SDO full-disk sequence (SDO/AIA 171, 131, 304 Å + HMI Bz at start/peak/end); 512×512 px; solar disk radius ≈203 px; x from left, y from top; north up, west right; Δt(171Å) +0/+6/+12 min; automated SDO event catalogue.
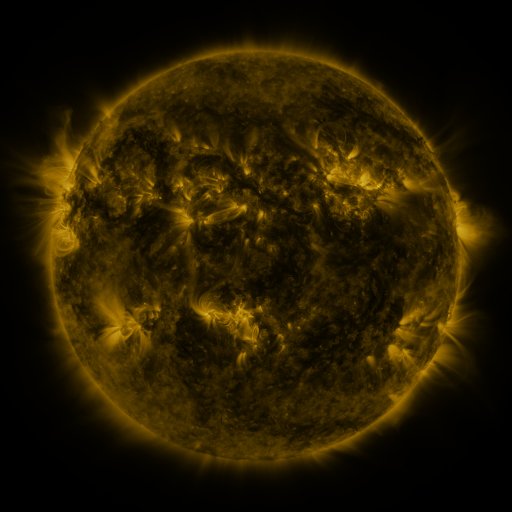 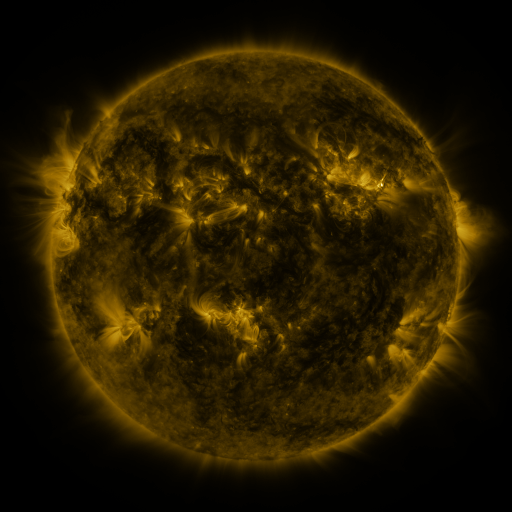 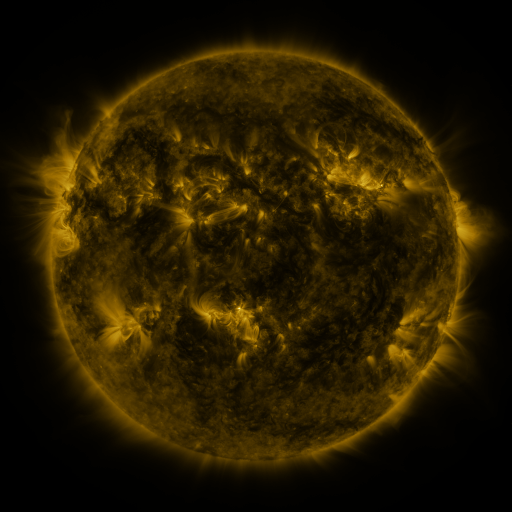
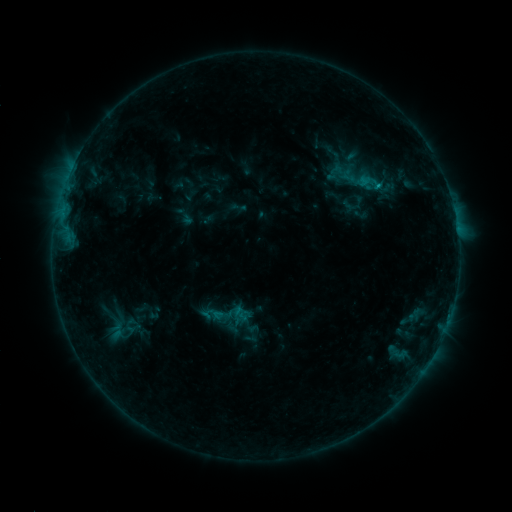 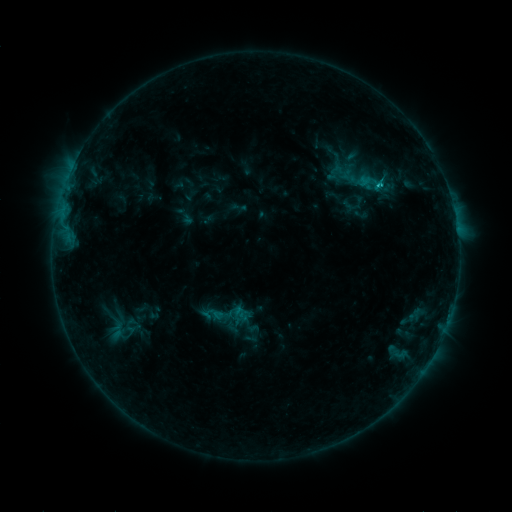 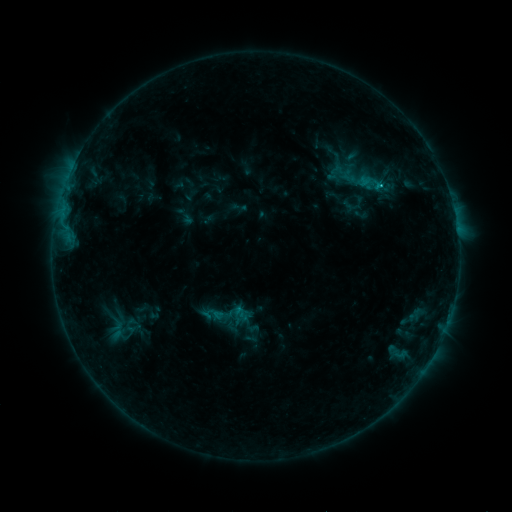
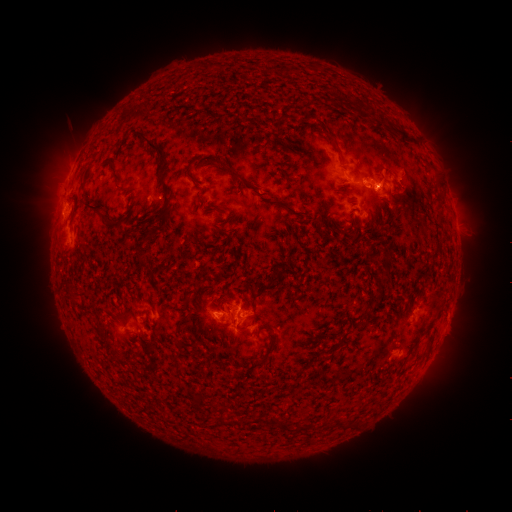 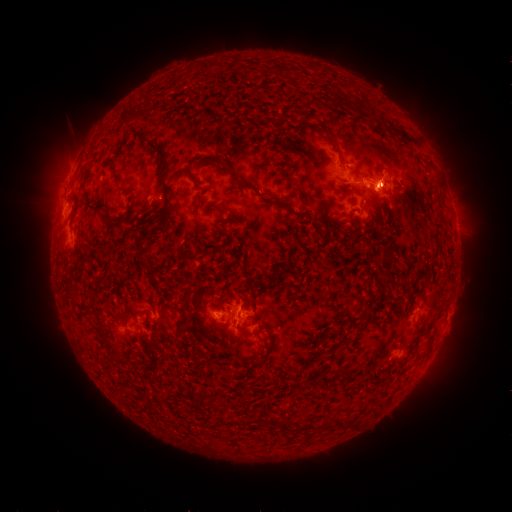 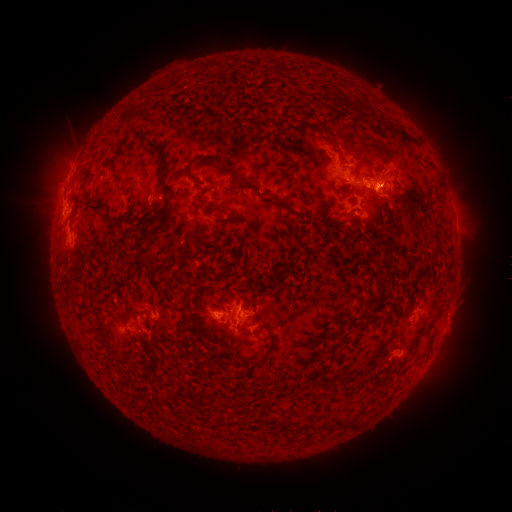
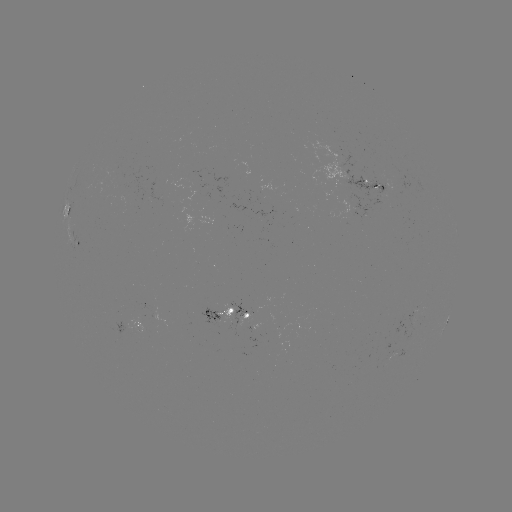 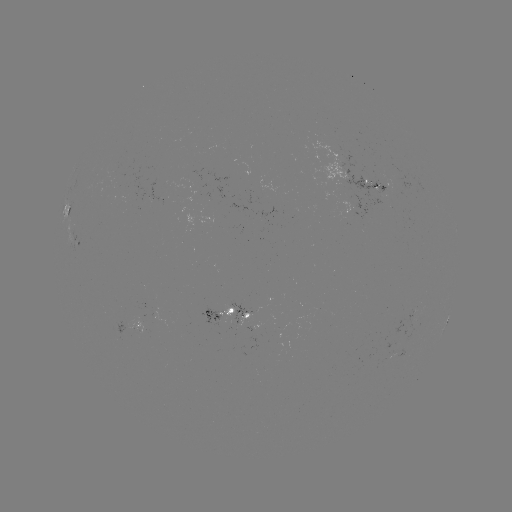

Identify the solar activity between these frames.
C2.1 flare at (377, 185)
